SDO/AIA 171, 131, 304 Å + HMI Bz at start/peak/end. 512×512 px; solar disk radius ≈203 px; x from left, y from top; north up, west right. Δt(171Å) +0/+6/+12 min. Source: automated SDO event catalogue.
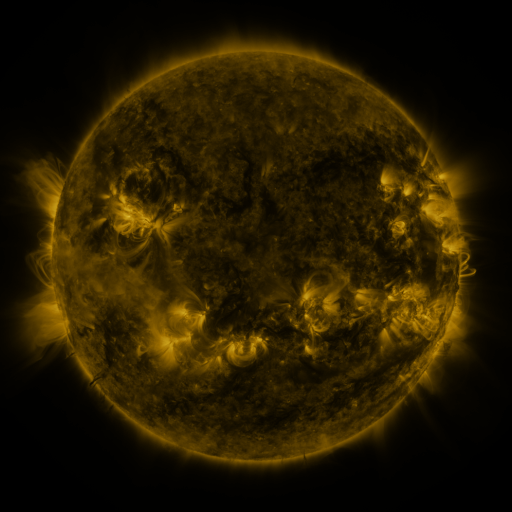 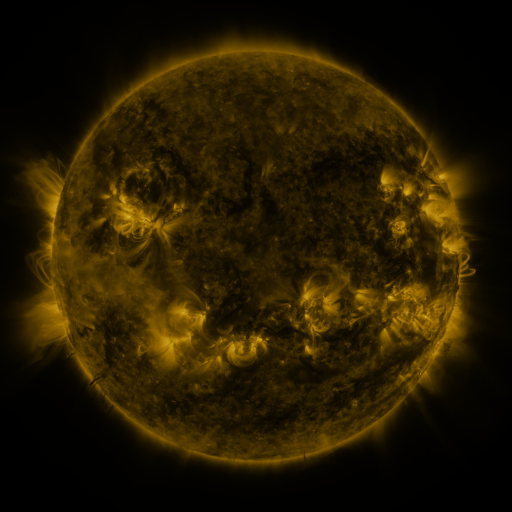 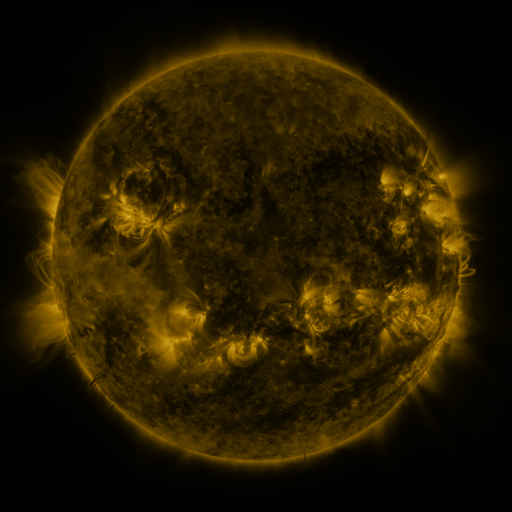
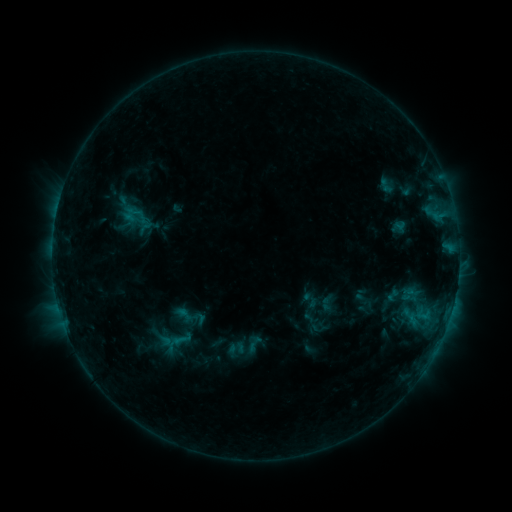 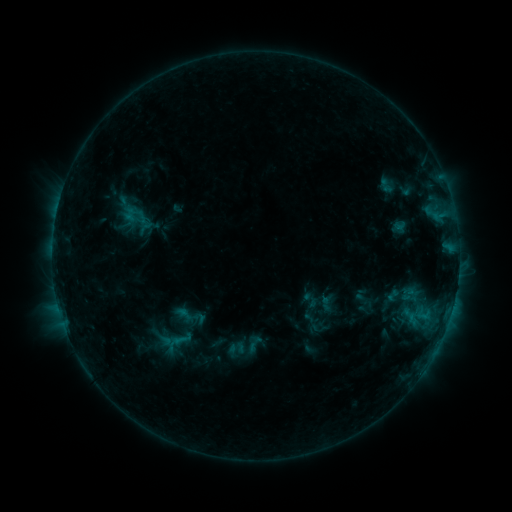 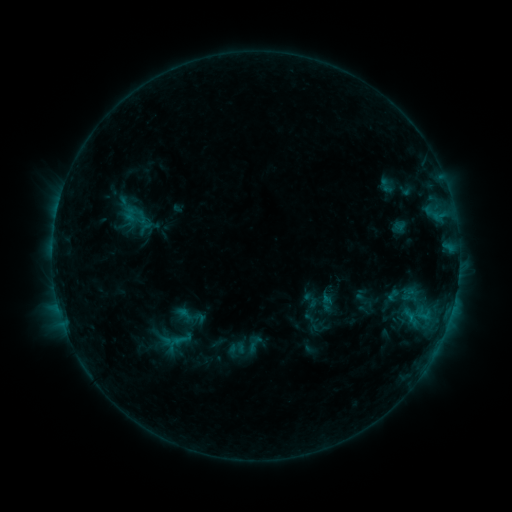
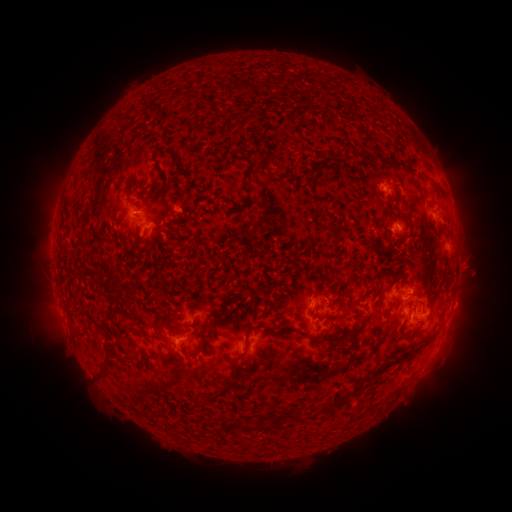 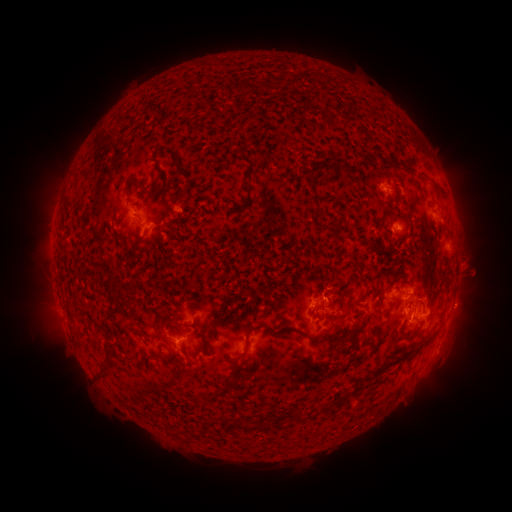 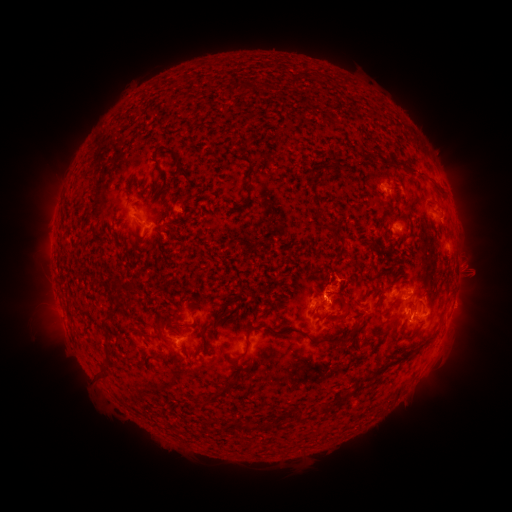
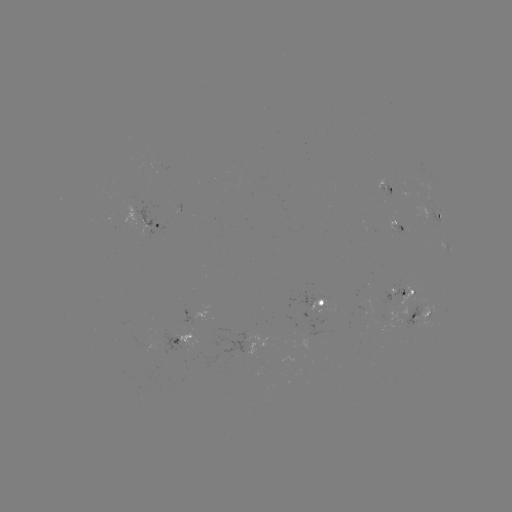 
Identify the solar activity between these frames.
eruption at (338, 288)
